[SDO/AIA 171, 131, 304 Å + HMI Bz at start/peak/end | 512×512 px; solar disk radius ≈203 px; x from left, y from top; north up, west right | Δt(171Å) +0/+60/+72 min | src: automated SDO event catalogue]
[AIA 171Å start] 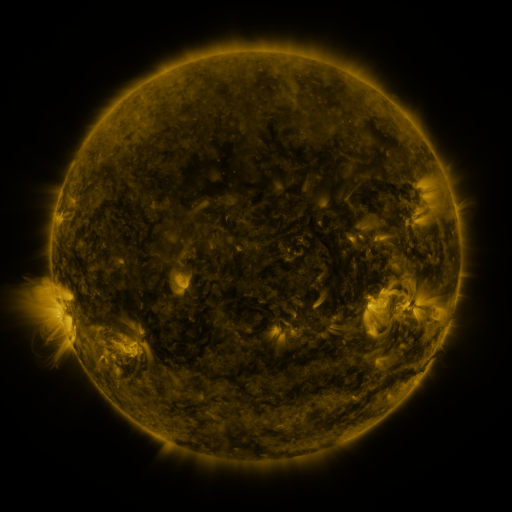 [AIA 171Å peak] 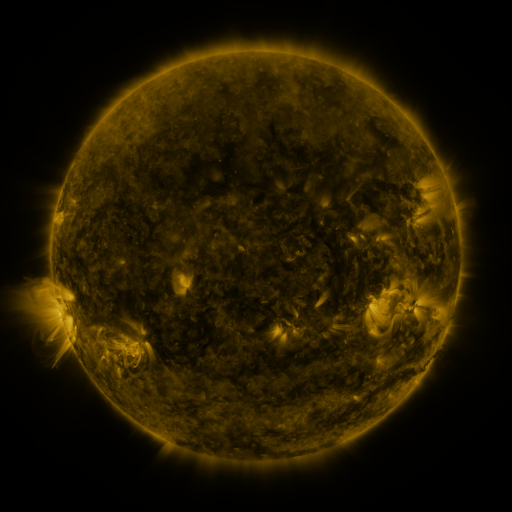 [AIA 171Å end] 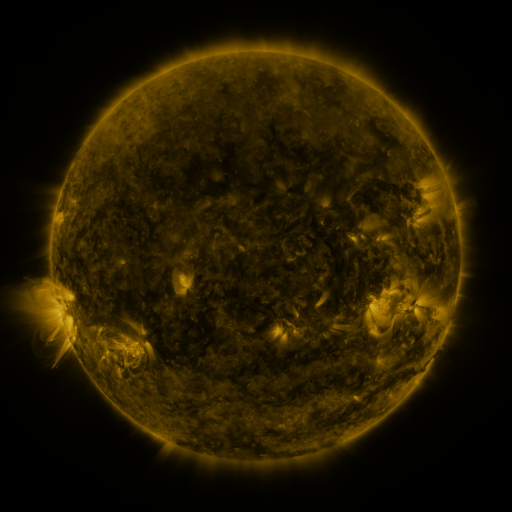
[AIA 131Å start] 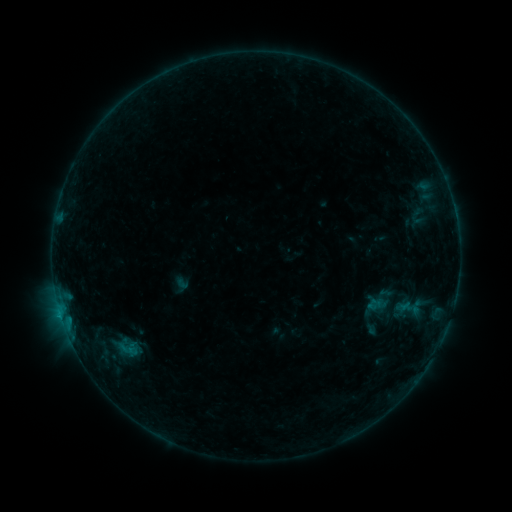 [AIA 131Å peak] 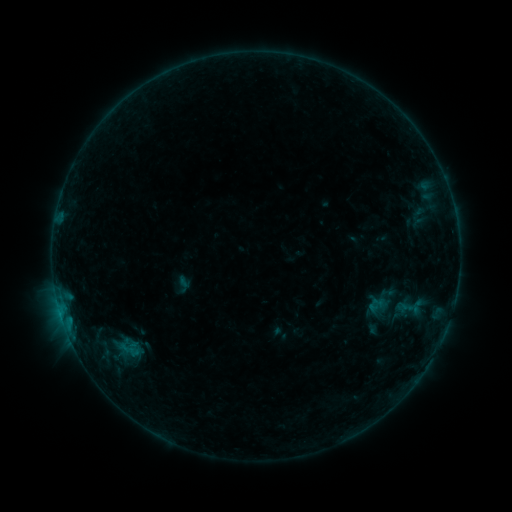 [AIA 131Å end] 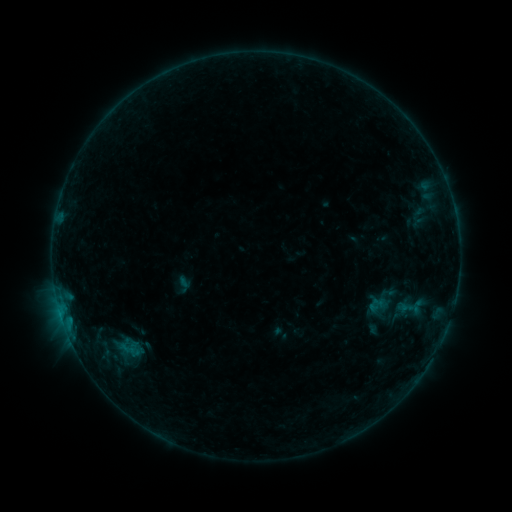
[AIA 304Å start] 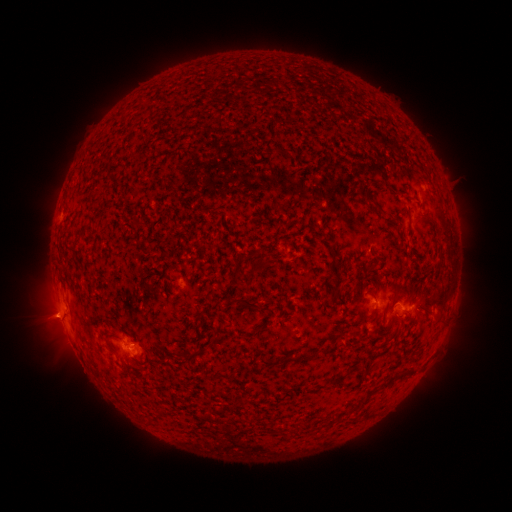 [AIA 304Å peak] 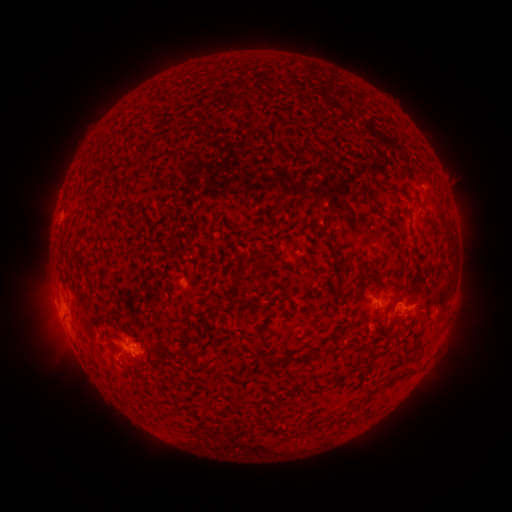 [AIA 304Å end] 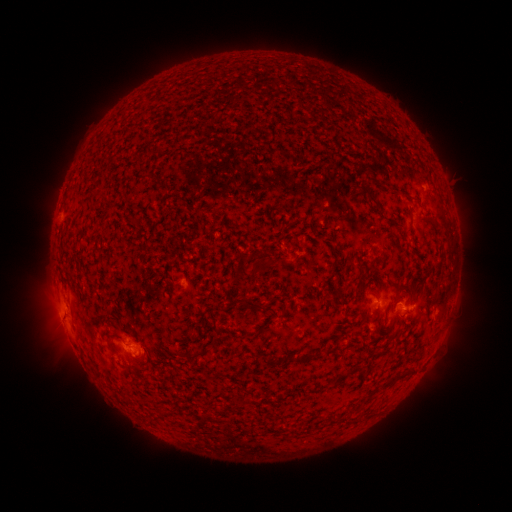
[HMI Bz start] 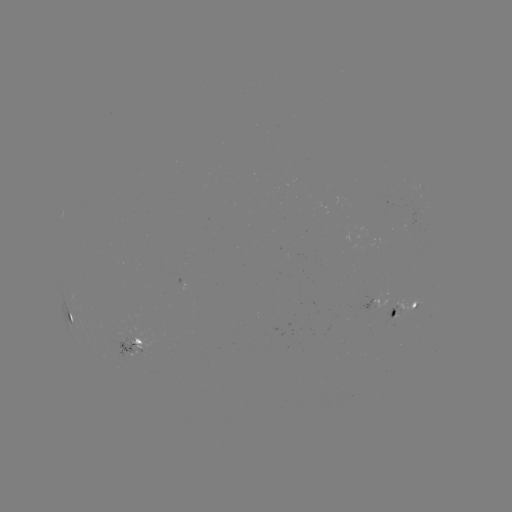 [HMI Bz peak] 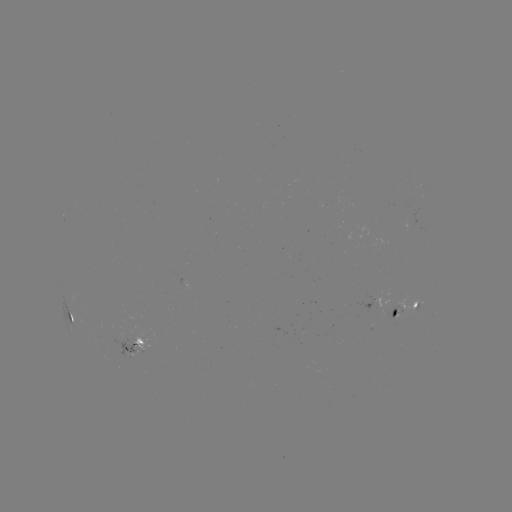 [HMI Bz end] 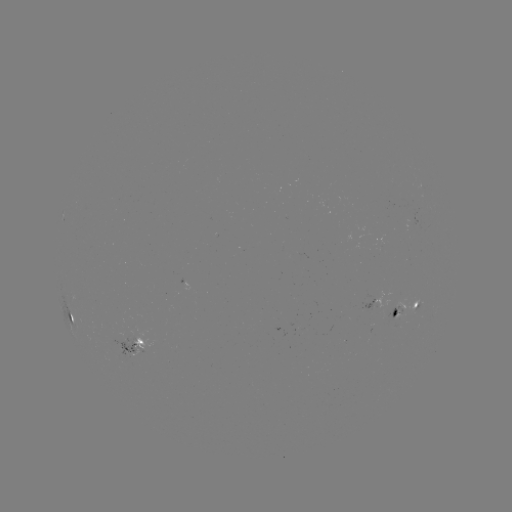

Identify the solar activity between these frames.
emerging-flux region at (392, 303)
